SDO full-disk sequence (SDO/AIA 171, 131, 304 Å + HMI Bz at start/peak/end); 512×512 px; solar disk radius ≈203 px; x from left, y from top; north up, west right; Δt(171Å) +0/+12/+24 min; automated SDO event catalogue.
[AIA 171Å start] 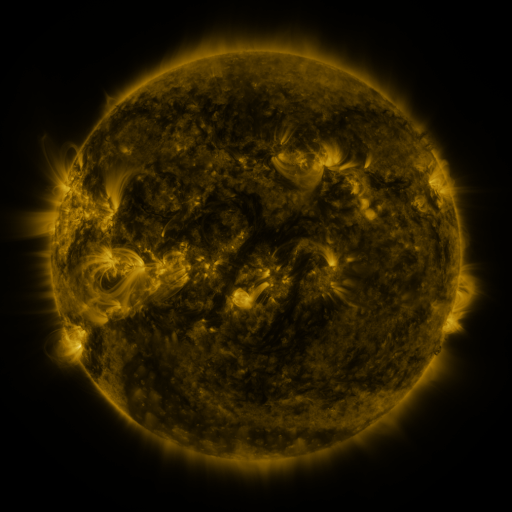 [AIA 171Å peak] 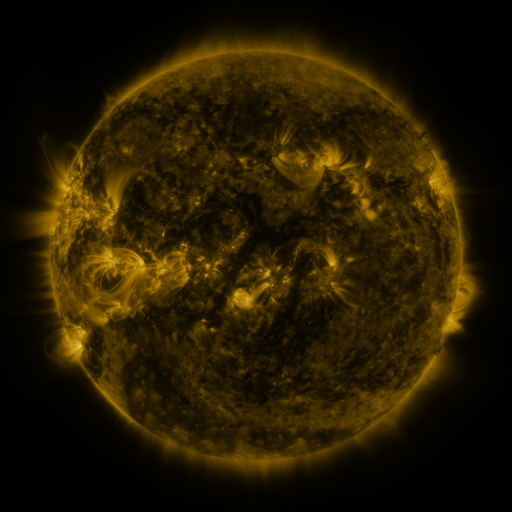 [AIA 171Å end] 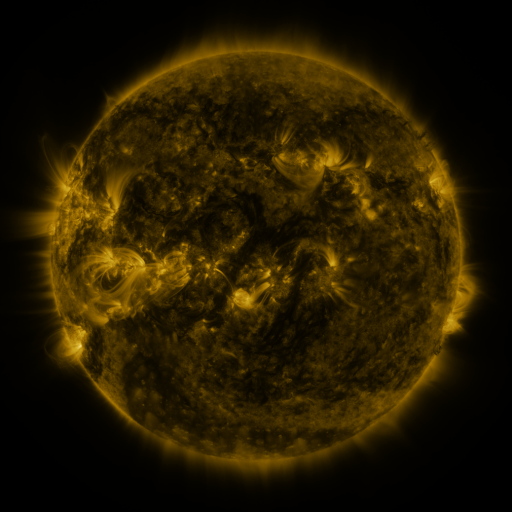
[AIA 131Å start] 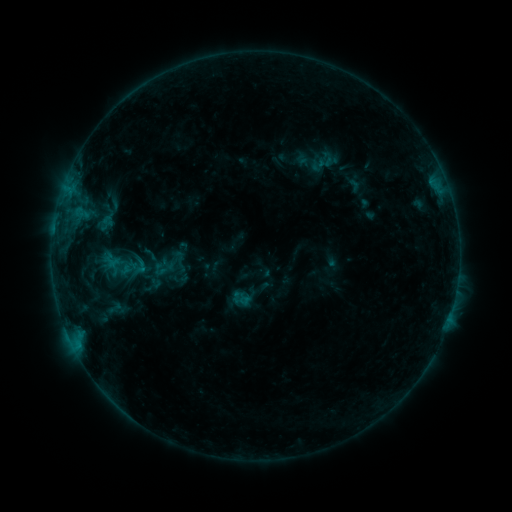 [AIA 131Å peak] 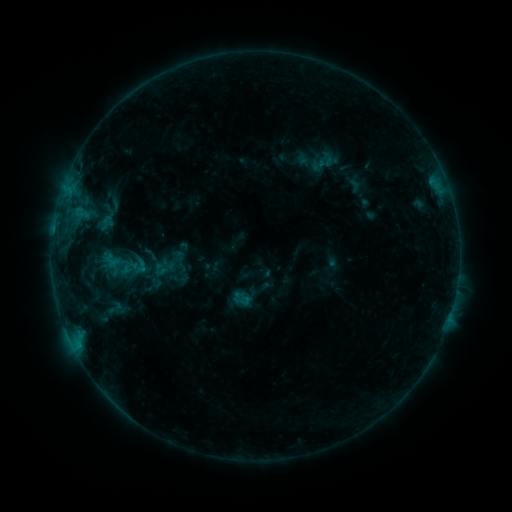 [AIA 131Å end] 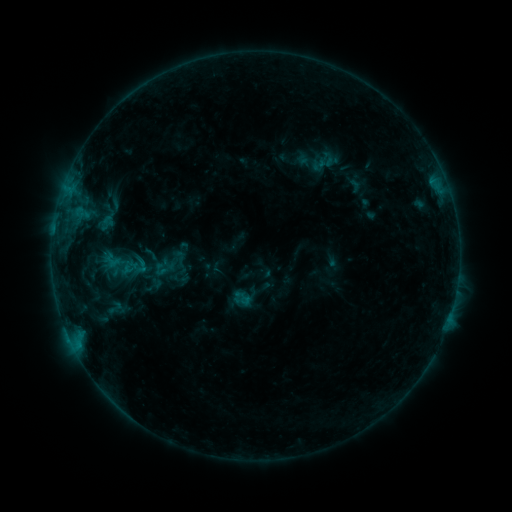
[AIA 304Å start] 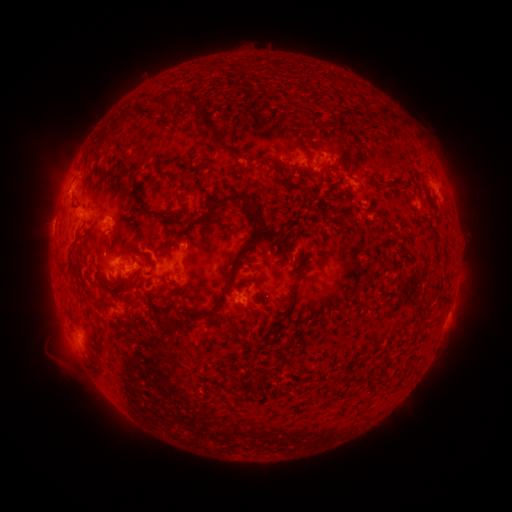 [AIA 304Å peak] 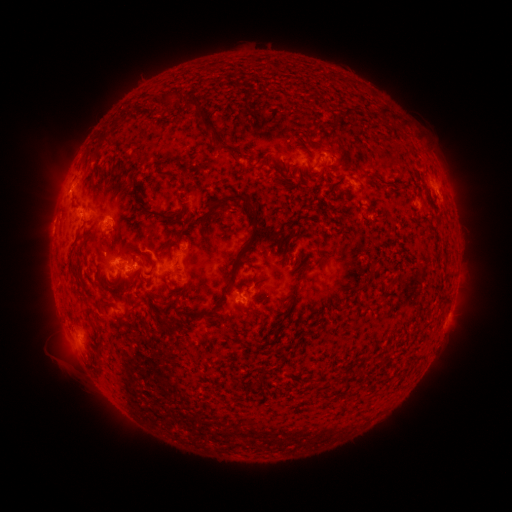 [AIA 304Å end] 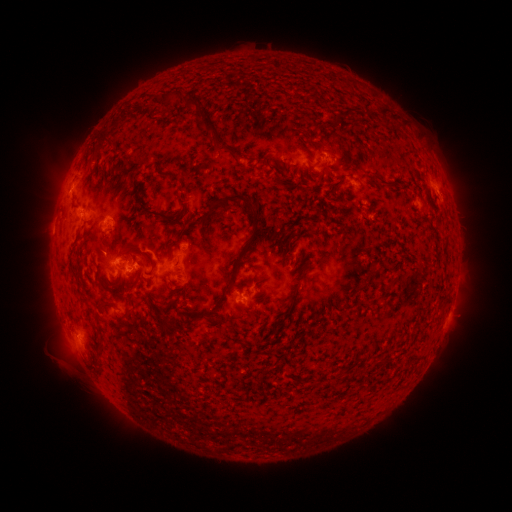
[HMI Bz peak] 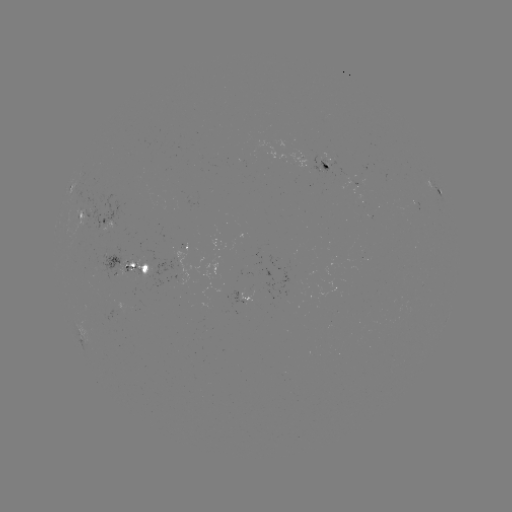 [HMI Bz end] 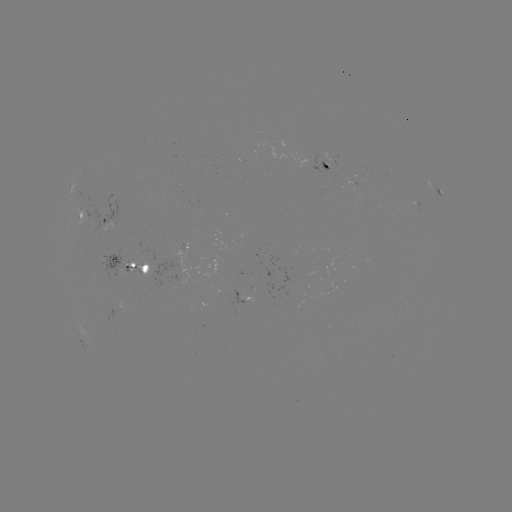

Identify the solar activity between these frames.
no flare in any classed list; no EUV-trigger detection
